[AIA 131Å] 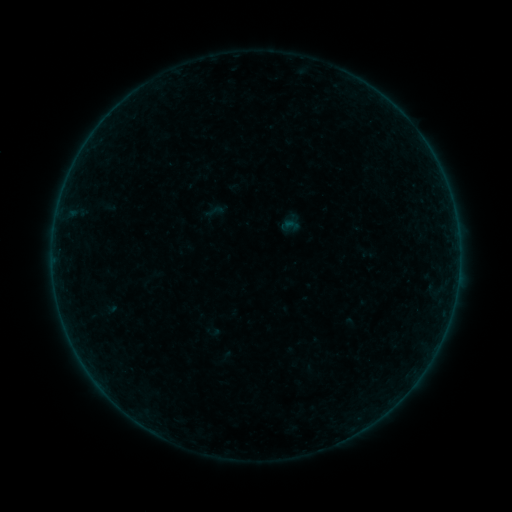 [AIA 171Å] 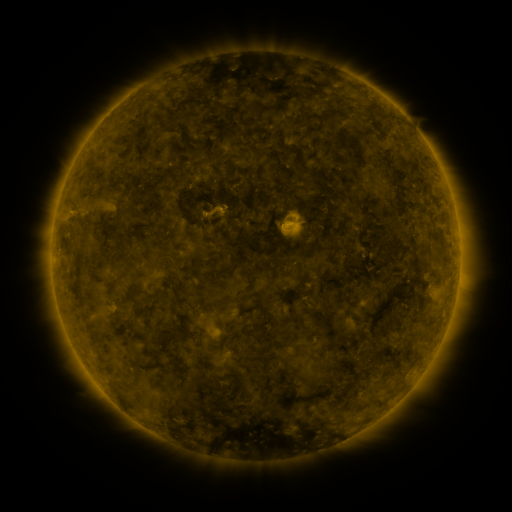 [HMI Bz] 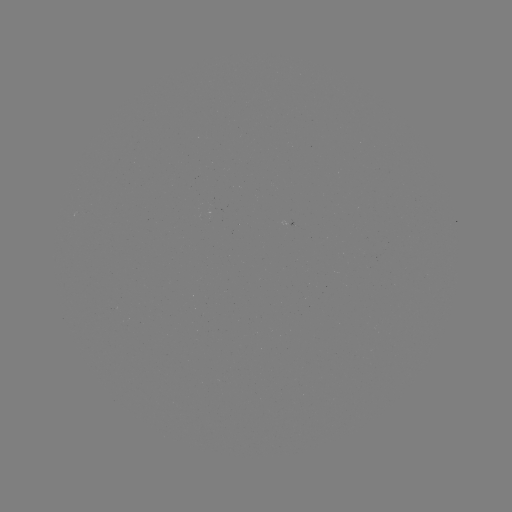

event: sigmoid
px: (214, 211)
